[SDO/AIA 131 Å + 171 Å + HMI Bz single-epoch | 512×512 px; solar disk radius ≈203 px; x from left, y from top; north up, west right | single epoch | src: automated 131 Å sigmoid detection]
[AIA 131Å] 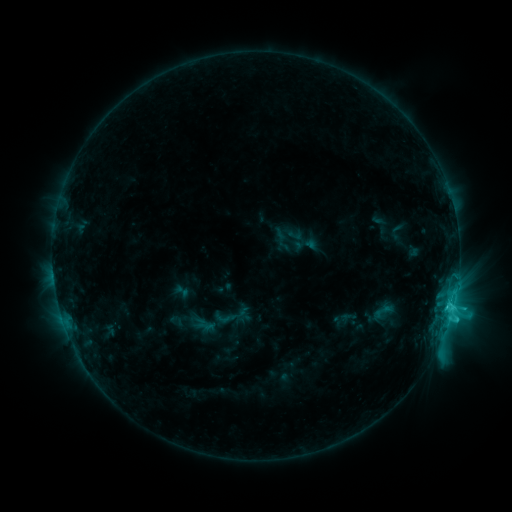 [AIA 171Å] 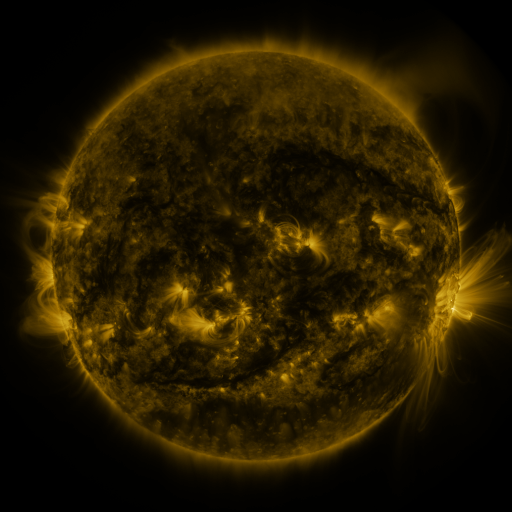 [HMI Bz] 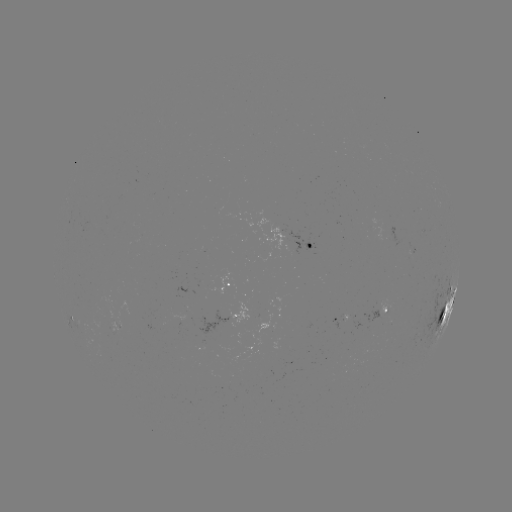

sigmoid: [213, 306, 237, 329]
